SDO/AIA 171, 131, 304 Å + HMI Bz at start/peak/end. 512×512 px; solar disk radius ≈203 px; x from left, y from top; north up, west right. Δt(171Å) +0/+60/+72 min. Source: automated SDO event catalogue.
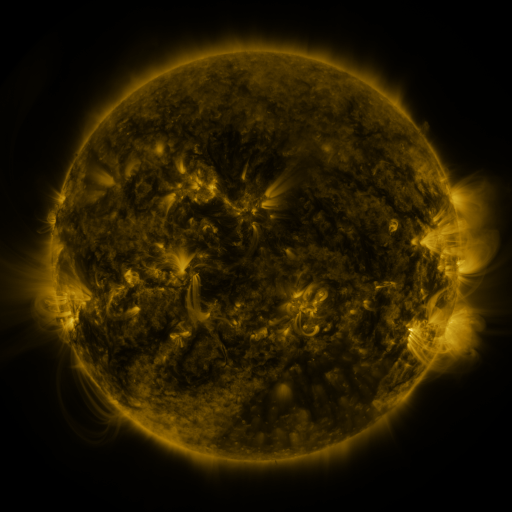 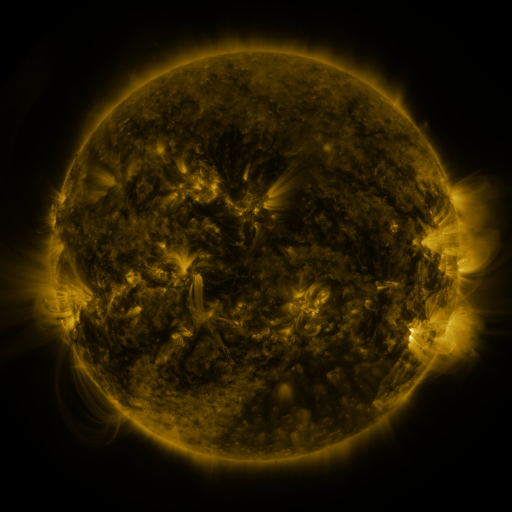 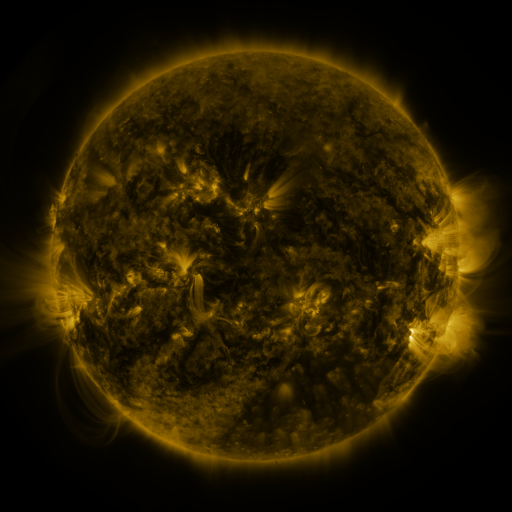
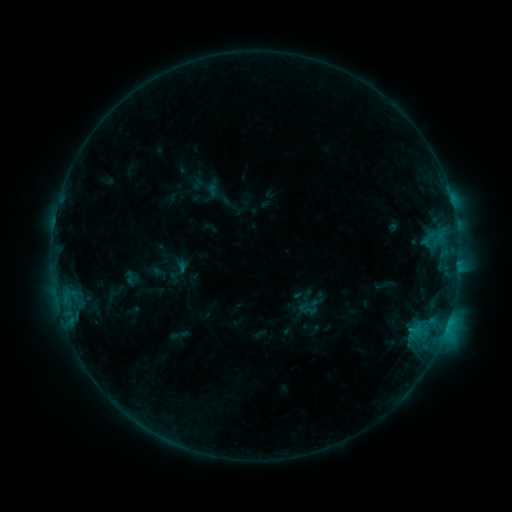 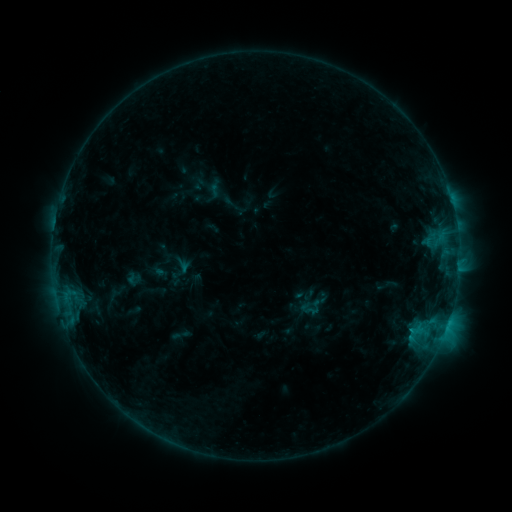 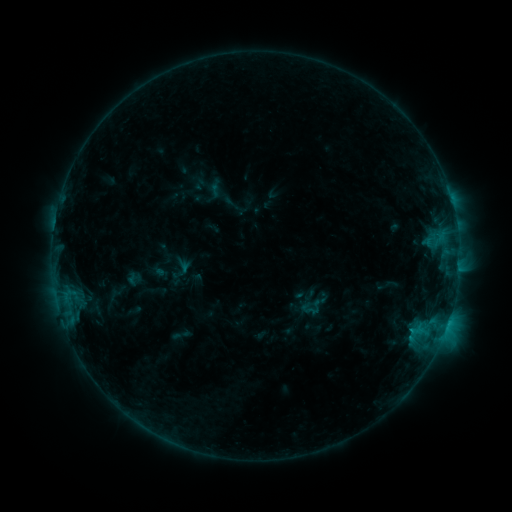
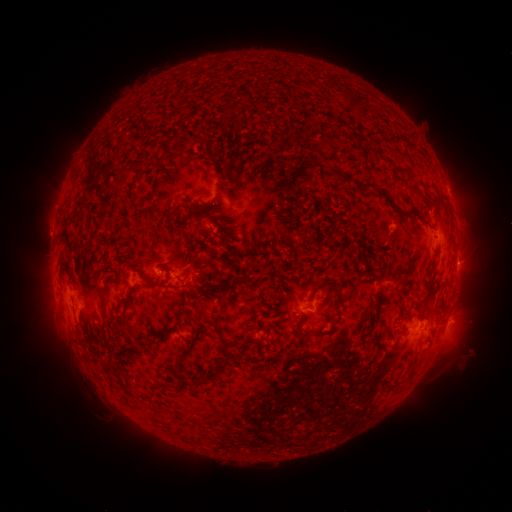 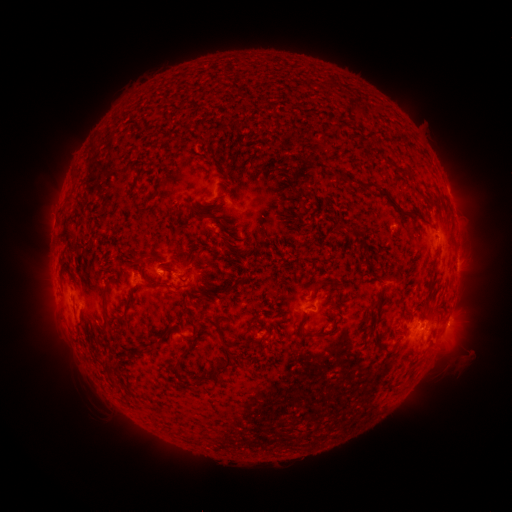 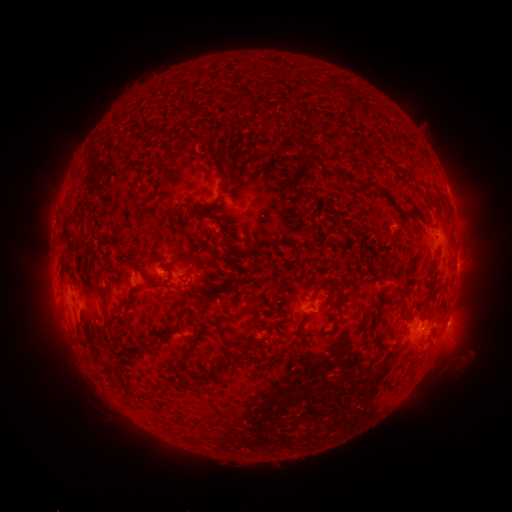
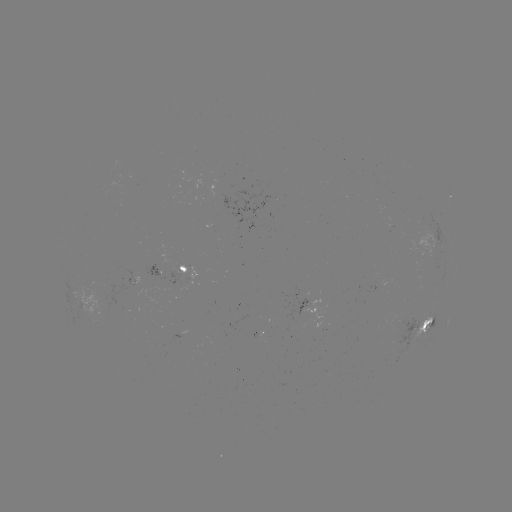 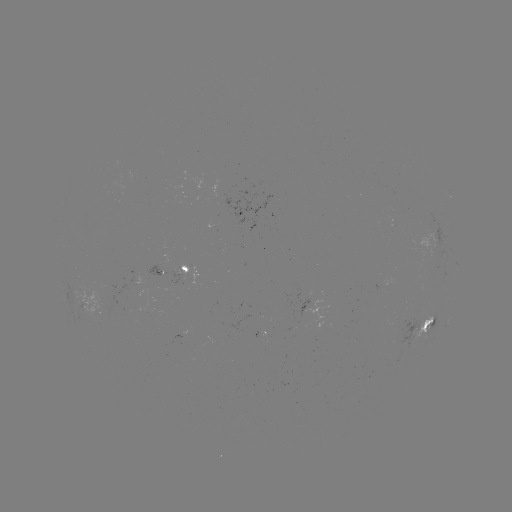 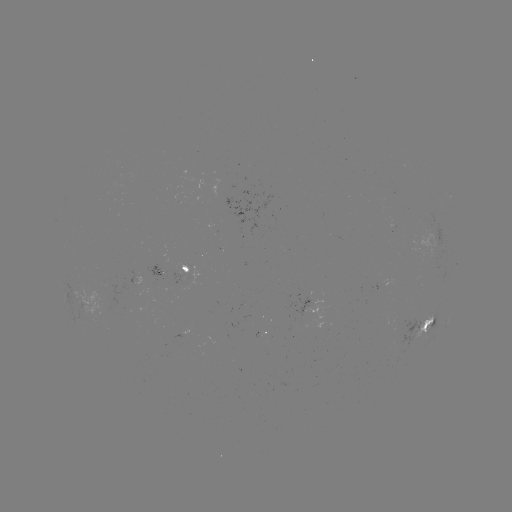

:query emerging-flux region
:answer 107,306